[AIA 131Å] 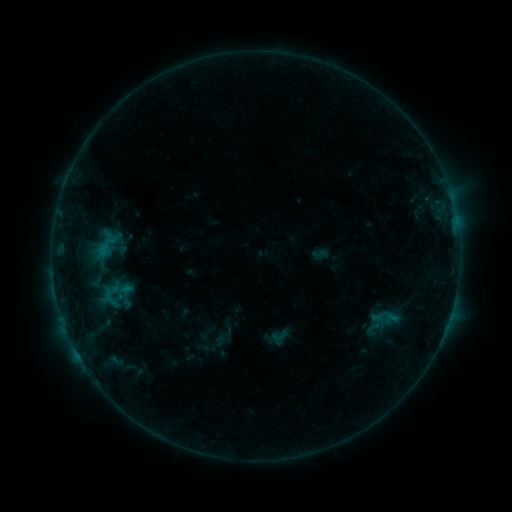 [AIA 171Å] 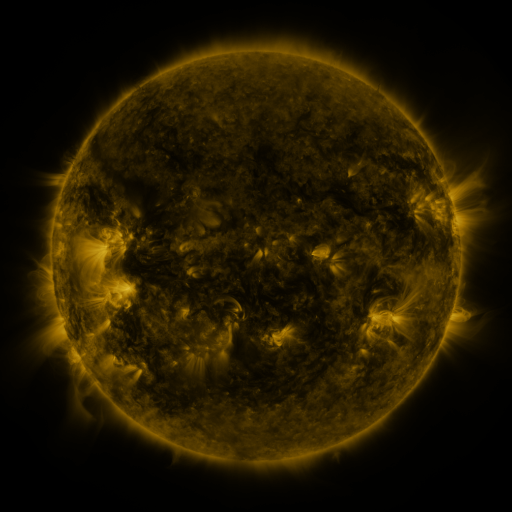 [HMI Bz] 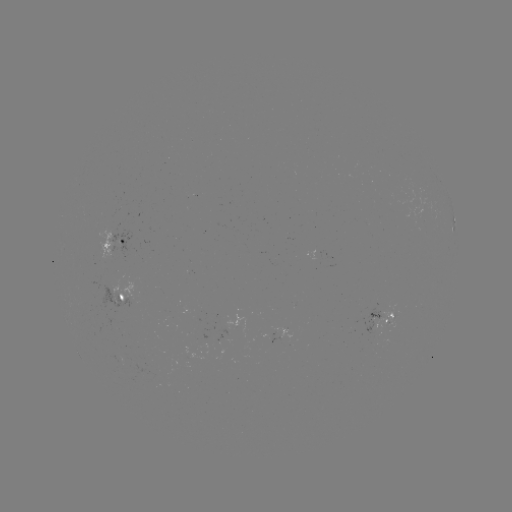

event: sigmoid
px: (384, 317)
